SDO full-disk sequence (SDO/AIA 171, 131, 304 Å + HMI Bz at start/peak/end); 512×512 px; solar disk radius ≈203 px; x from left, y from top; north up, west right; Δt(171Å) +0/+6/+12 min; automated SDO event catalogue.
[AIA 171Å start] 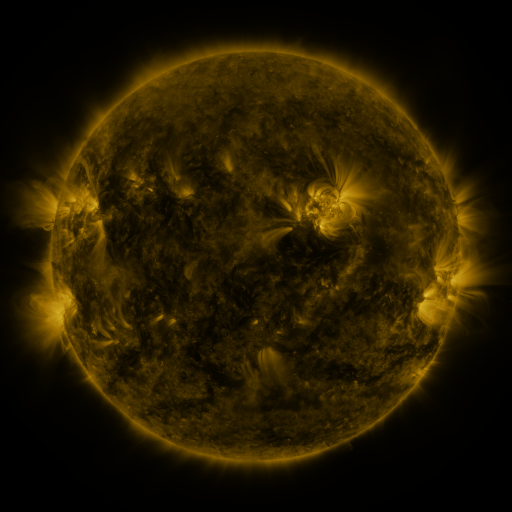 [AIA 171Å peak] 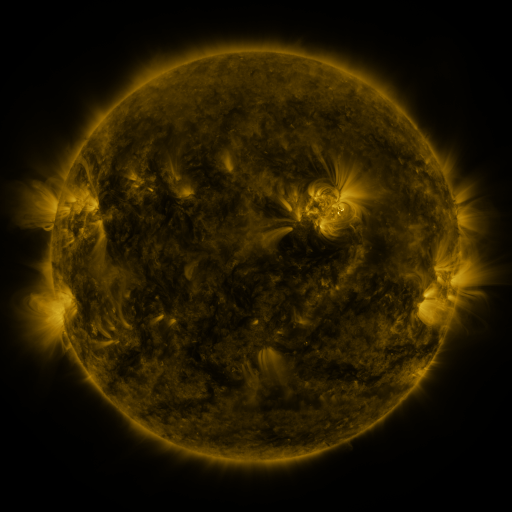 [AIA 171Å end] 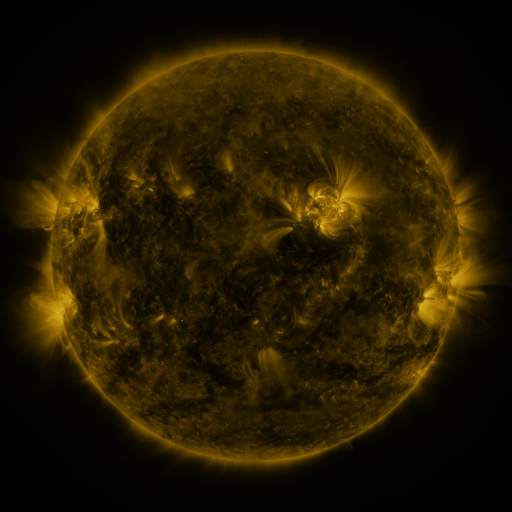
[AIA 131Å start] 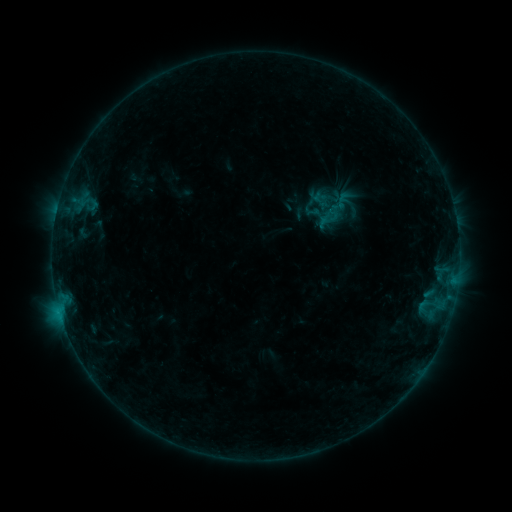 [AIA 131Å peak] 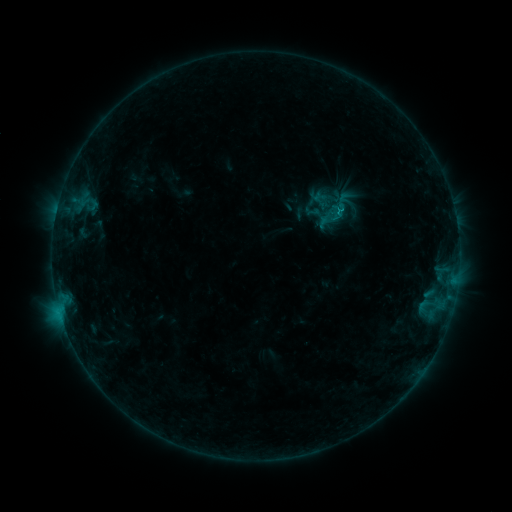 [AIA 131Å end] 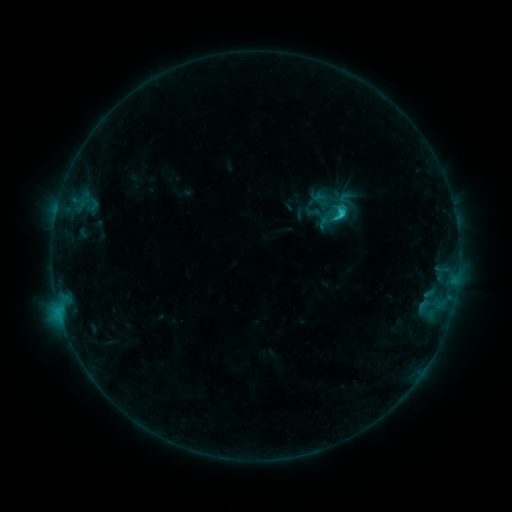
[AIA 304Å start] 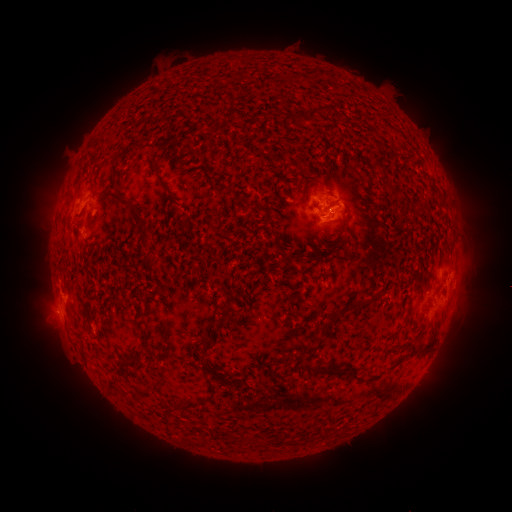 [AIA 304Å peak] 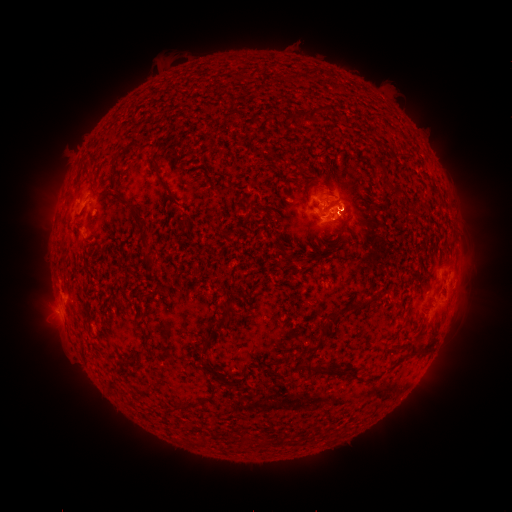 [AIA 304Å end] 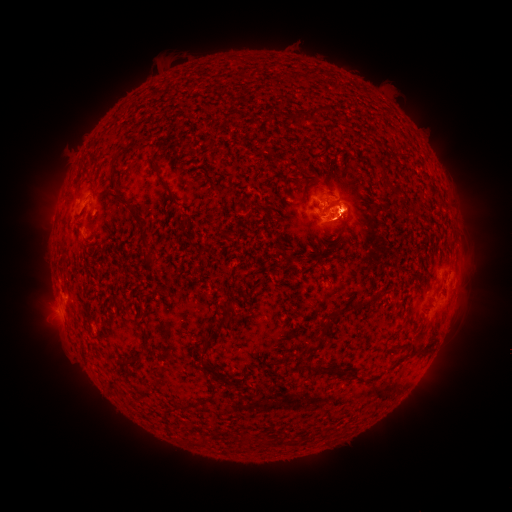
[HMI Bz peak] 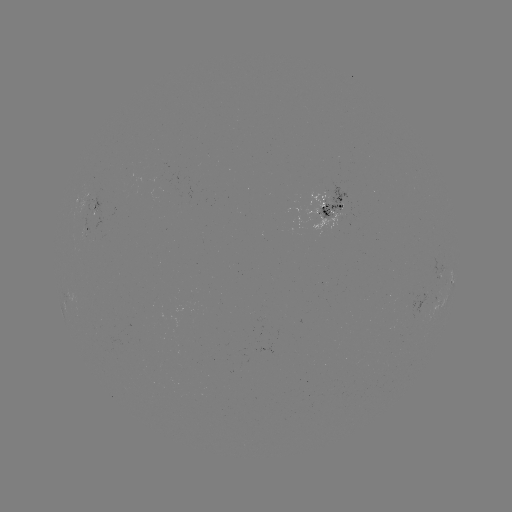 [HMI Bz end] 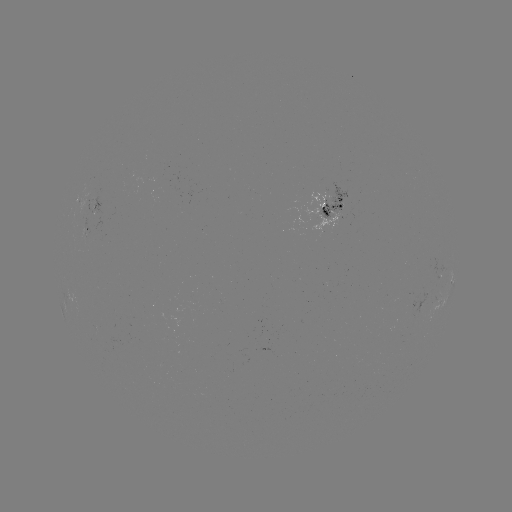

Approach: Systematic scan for eruption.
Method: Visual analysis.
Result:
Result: eruption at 356,213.